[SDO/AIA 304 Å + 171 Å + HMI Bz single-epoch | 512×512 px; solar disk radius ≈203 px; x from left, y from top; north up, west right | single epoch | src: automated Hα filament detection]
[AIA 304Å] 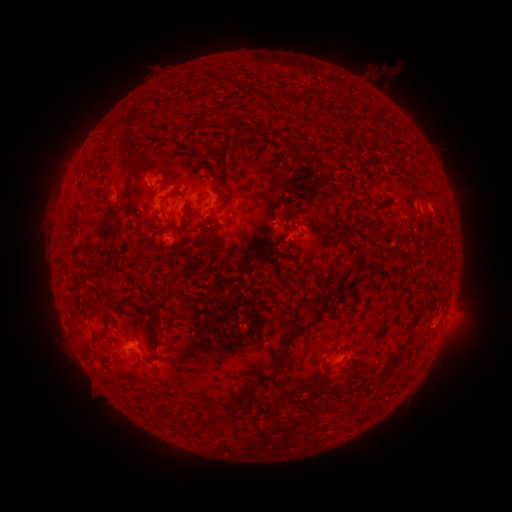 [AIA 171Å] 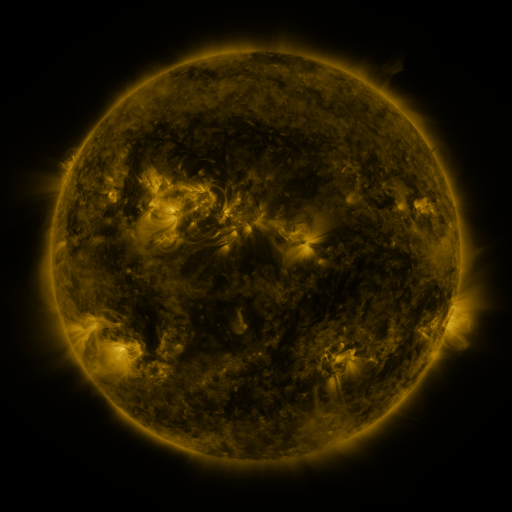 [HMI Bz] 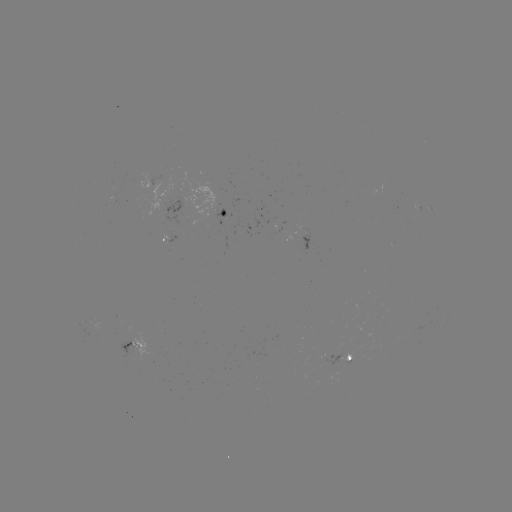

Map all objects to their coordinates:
filament: (136, 115)
filament: (303, 135)
filament: (341, 143)
filament: (130, 159)
filament: (412, 180)
filament: (129, 209)
filament: (76, 210)
filament: (185, 216)
filament: (200, 236)
filament: (134, 276)
filament: (335, 280)
filament: (156, 303)
filament: (115, 322)
filament: (414, 322)
filament: (284, 346)
filament: (398, 354)
filament: (349, 367)
filament: (327, 371)
filament: (238, 397)
filament: (234, 411)
filament: (352, 417)
filament: (223, 418)
